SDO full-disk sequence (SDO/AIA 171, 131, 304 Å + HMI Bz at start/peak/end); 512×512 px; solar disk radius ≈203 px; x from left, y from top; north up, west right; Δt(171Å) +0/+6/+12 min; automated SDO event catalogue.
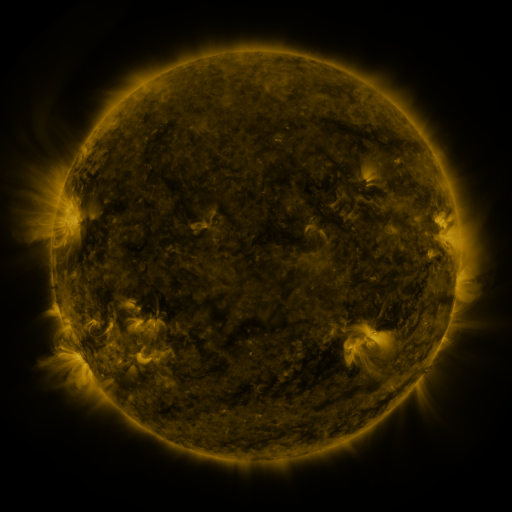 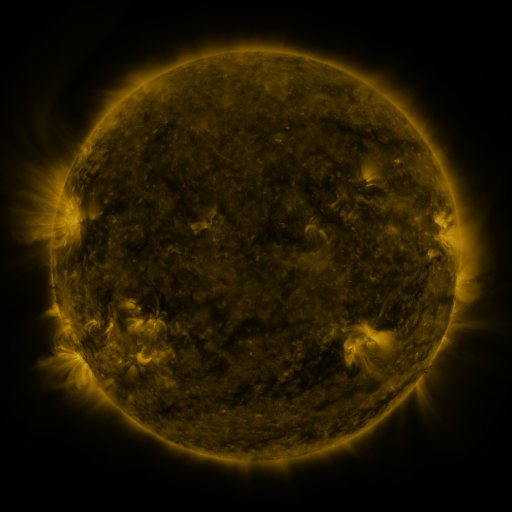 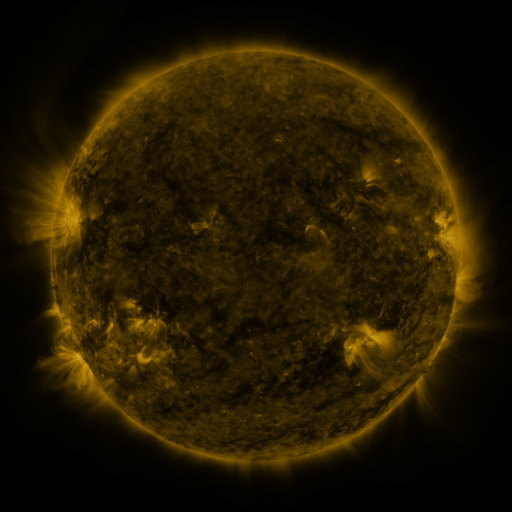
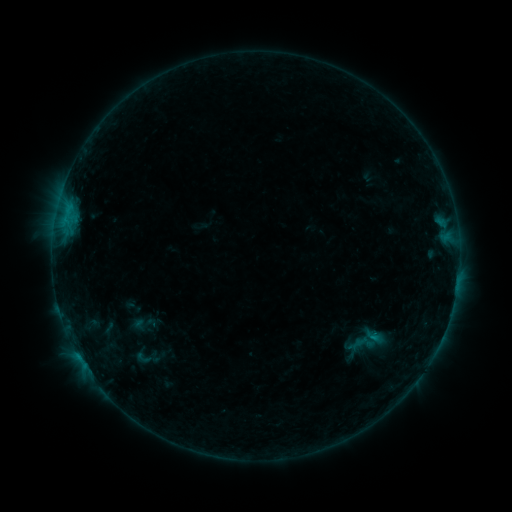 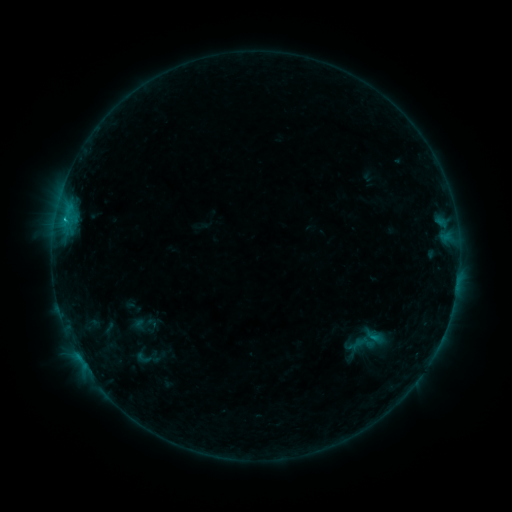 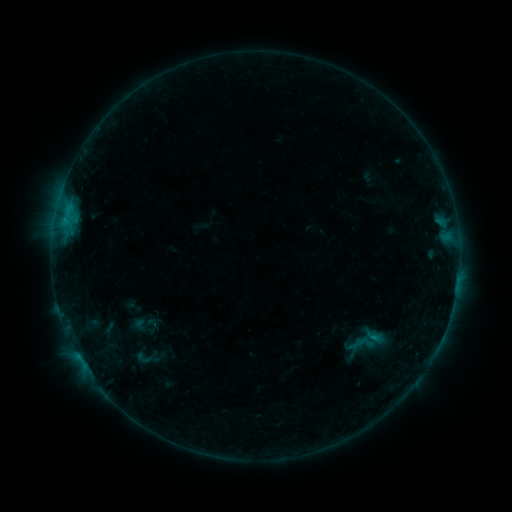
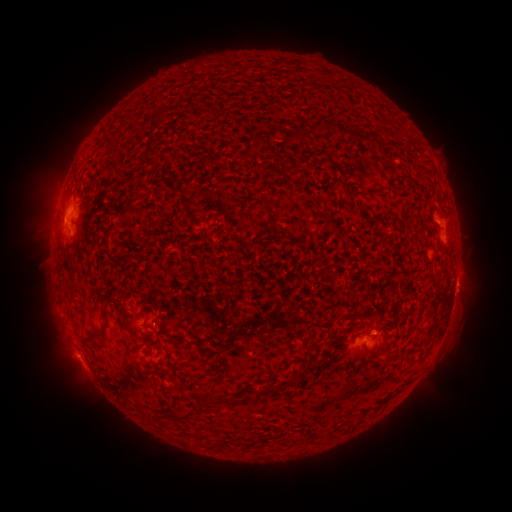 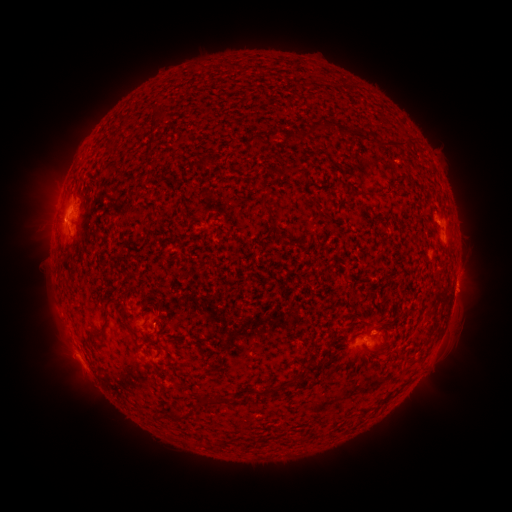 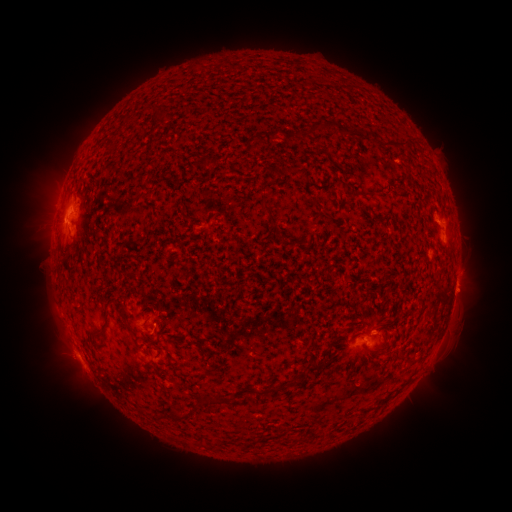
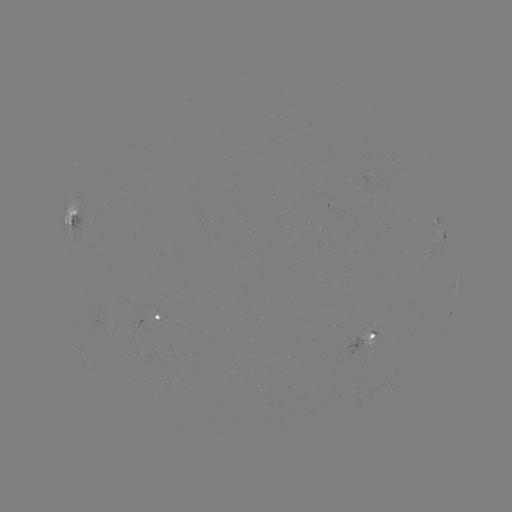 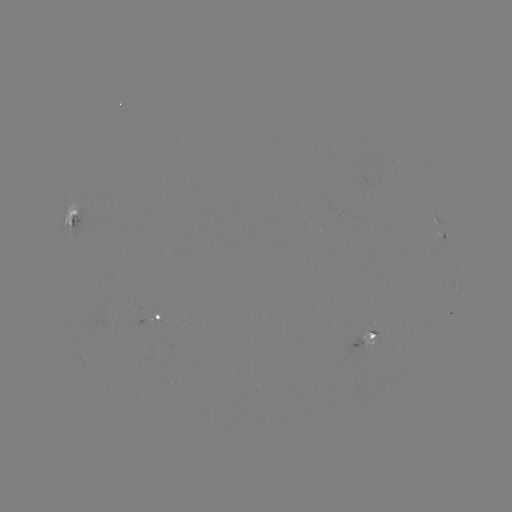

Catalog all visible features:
B8.3 flare: (65, 220)
